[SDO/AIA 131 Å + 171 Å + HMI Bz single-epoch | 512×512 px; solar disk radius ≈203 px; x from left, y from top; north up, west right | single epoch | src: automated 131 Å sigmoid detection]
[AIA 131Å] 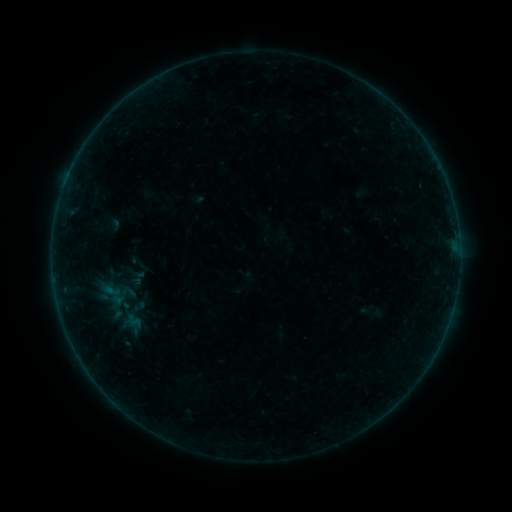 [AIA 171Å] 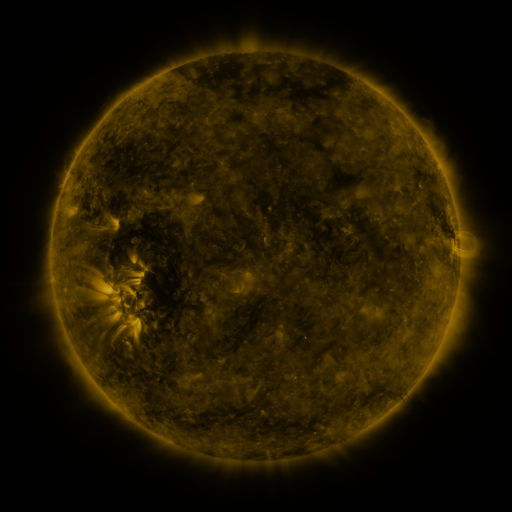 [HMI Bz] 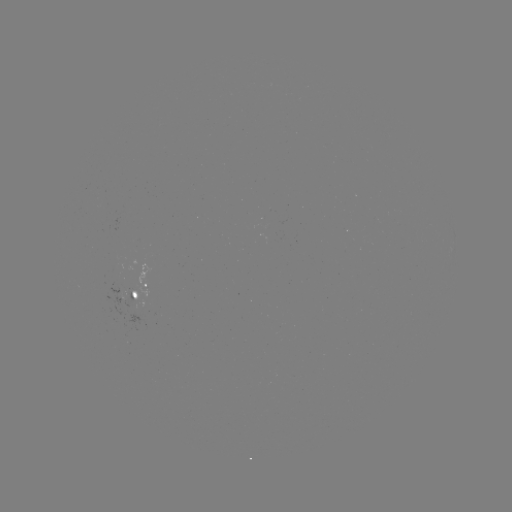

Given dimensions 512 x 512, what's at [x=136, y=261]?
sigmoid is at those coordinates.